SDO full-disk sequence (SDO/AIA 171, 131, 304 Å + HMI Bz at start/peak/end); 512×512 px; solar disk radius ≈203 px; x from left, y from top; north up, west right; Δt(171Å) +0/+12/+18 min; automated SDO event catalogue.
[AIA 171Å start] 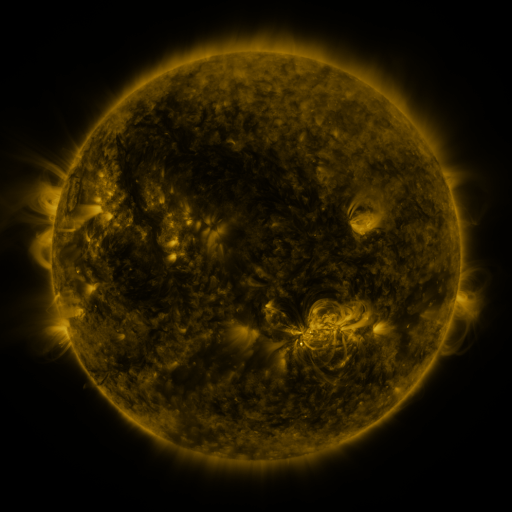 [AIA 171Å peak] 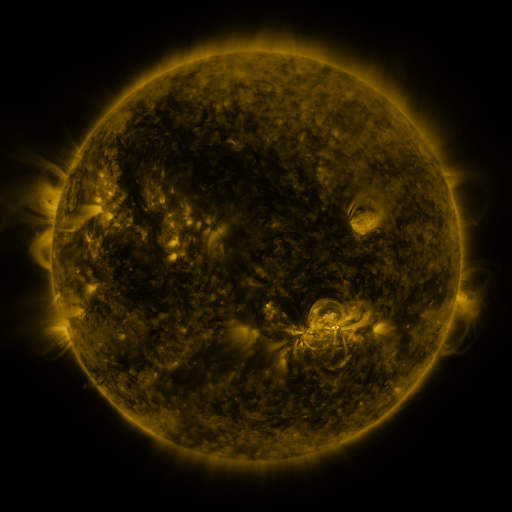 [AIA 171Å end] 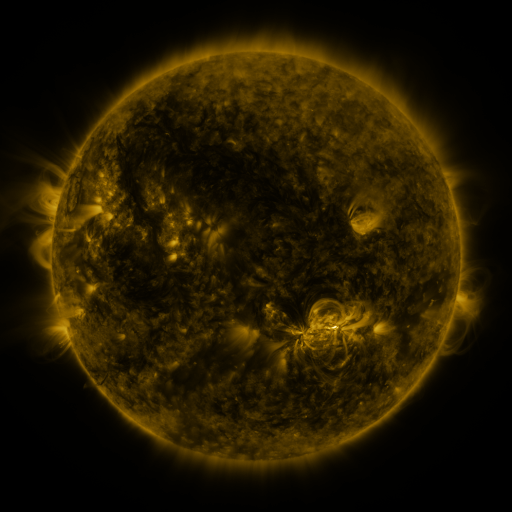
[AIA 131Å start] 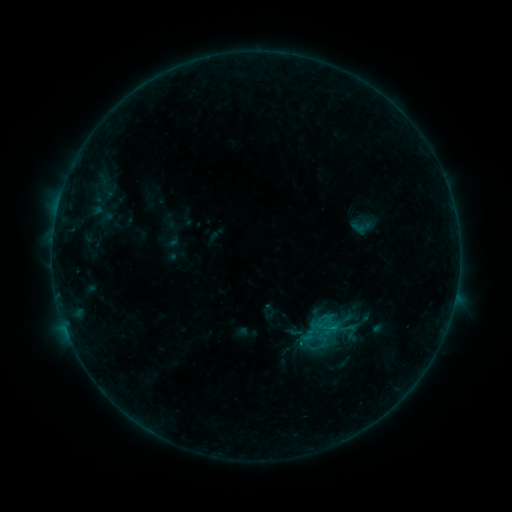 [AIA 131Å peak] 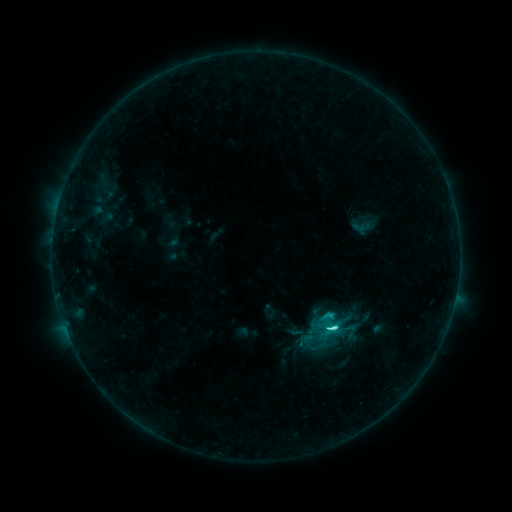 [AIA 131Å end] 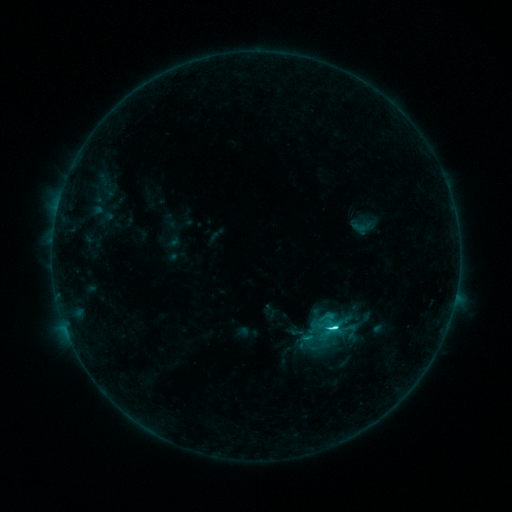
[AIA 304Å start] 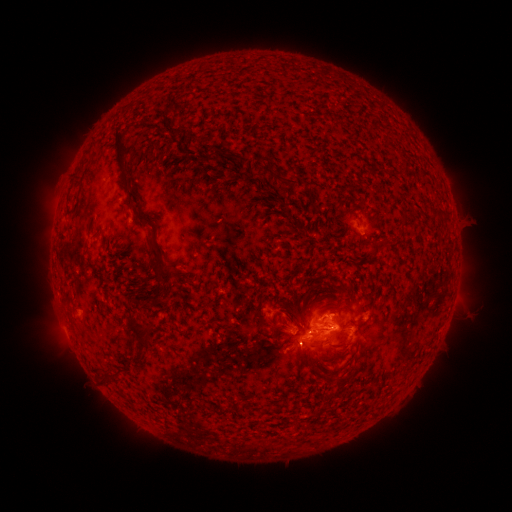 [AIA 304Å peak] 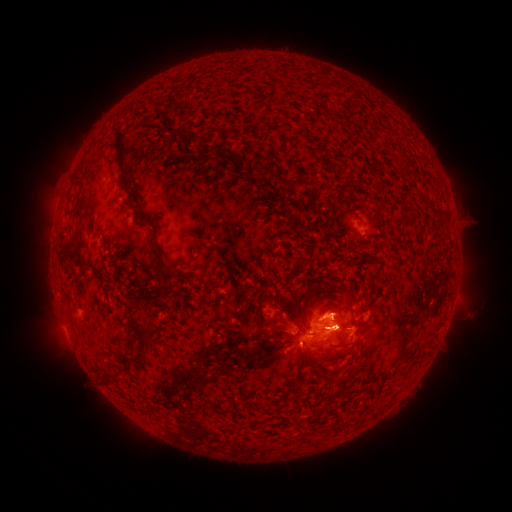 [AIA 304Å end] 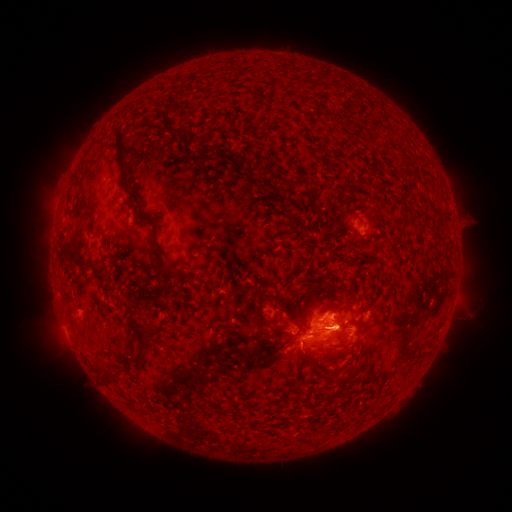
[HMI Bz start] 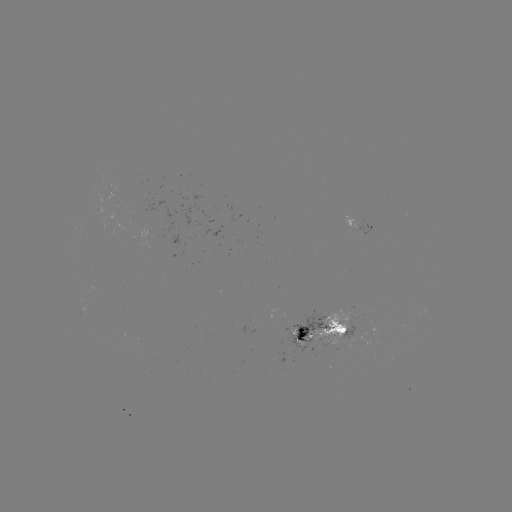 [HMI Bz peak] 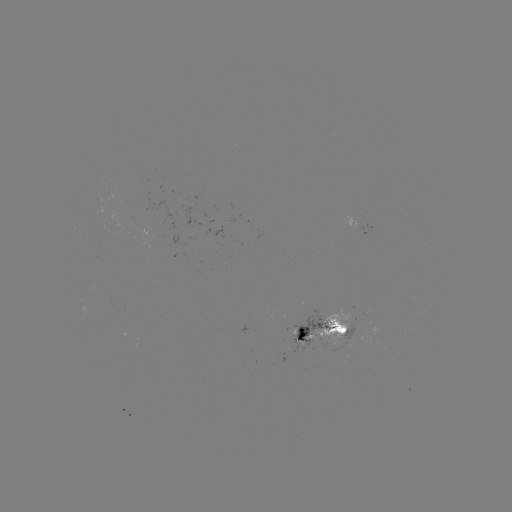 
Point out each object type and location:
C4.3 flare: (330, 327)
